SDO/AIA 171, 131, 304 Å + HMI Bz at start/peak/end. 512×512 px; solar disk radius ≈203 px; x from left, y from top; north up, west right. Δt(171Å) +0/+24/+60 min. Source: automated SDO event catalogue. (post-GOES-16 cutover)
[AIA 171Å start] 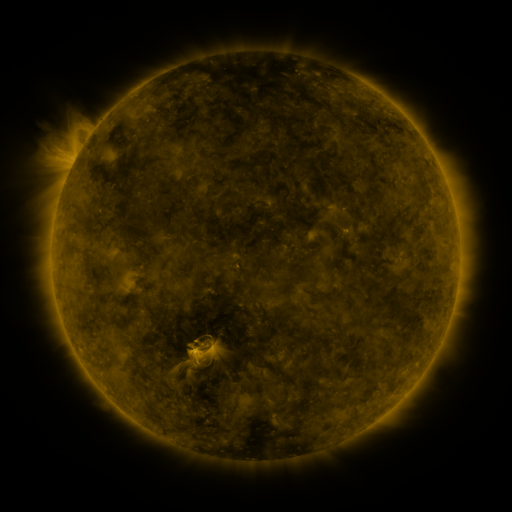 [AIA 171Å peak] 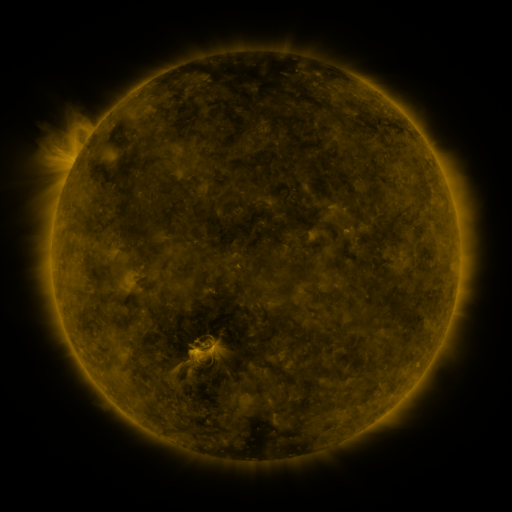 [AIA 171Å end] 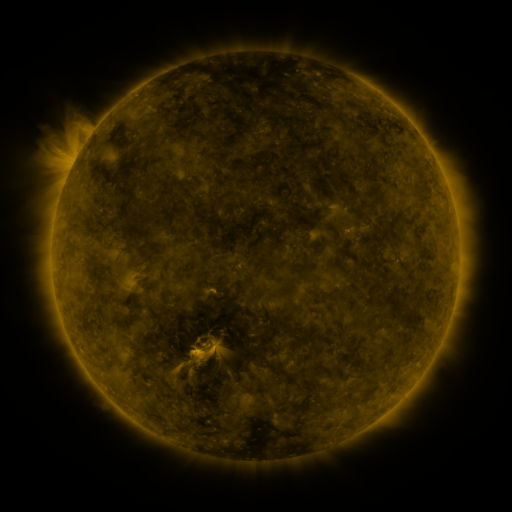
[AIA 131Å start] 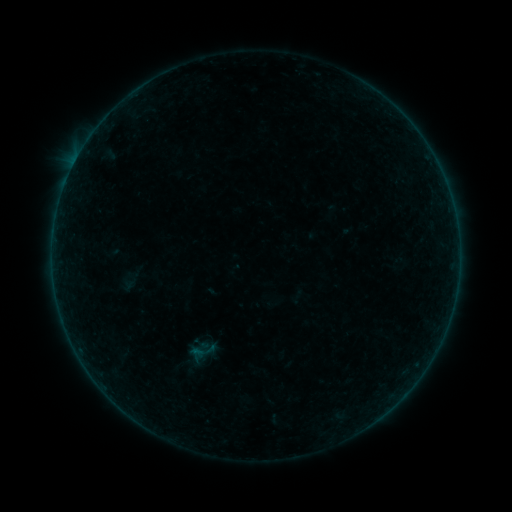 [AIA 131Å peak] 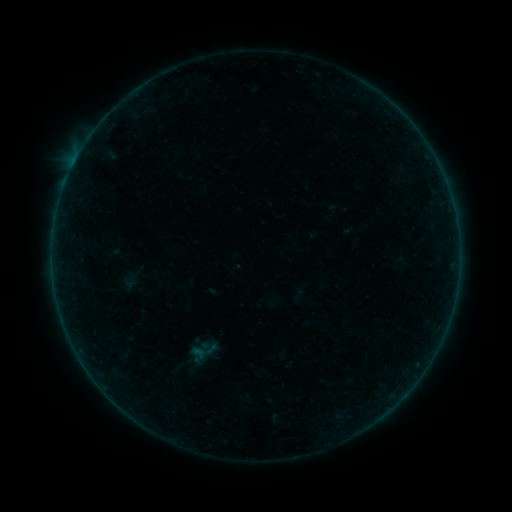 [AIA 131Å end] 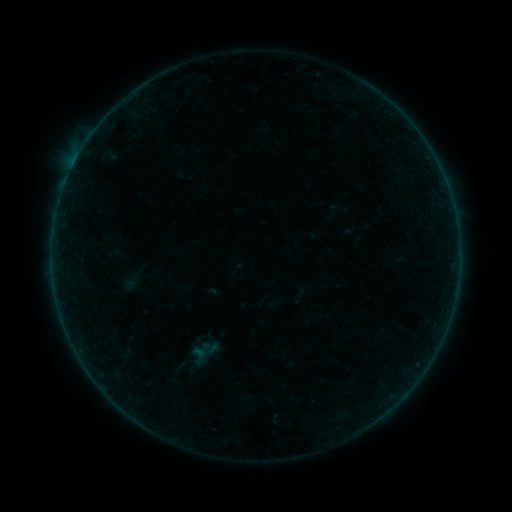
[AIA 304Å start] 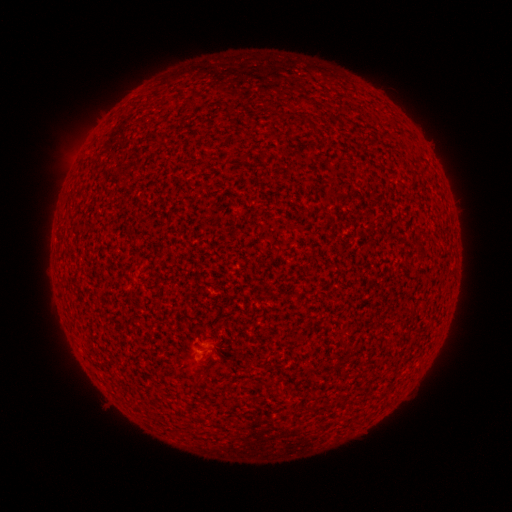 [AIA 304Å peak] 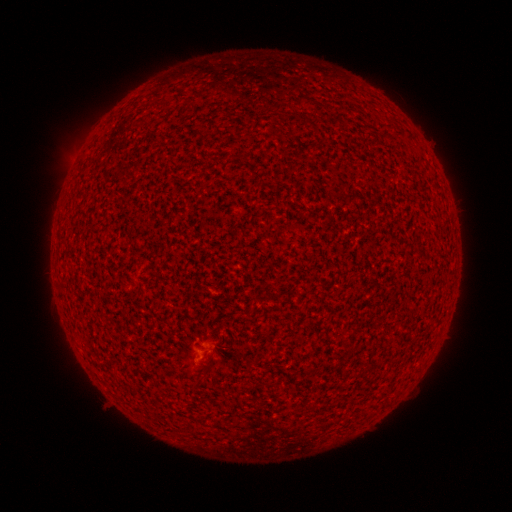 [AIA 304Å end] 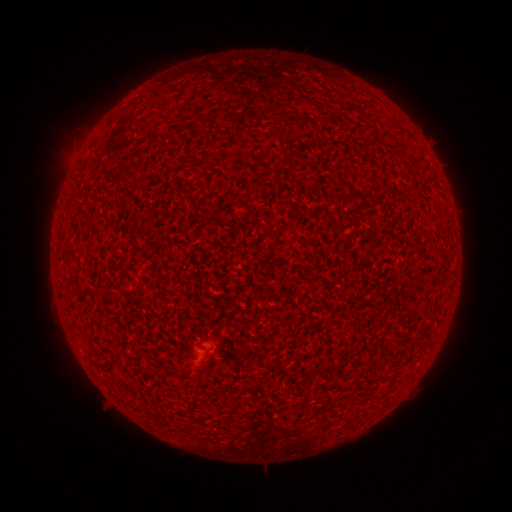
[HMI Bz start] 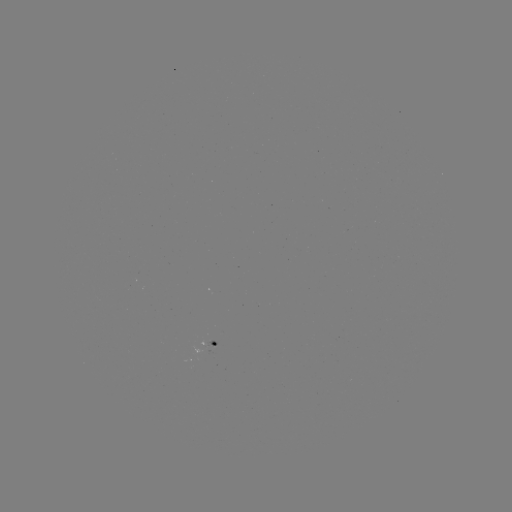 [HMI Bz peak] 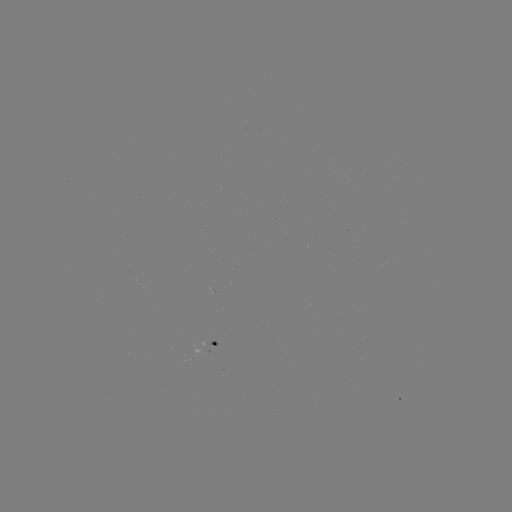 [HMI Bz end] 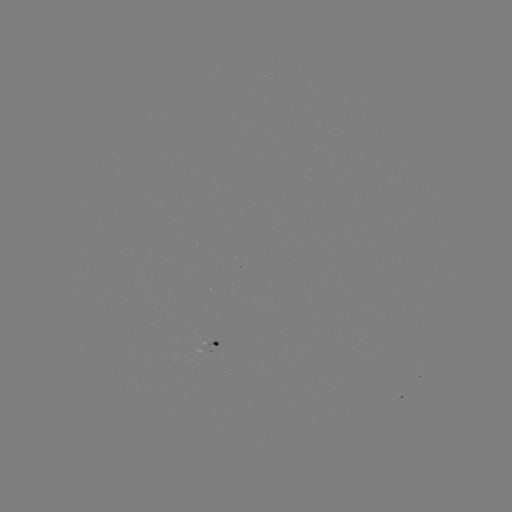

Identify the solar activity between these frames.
A5.6 flare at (205, 358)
